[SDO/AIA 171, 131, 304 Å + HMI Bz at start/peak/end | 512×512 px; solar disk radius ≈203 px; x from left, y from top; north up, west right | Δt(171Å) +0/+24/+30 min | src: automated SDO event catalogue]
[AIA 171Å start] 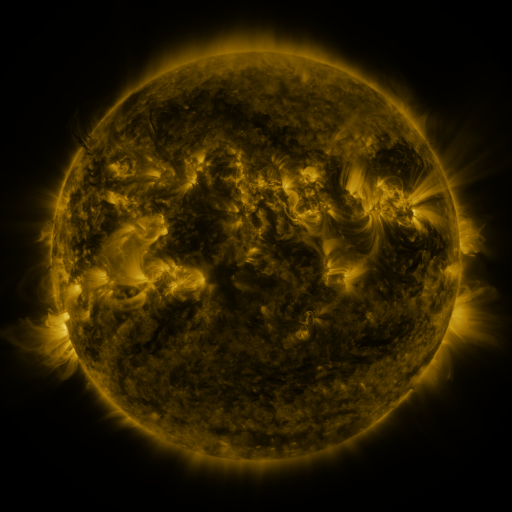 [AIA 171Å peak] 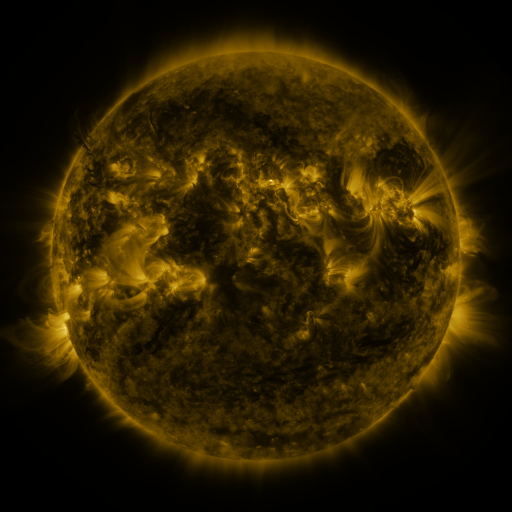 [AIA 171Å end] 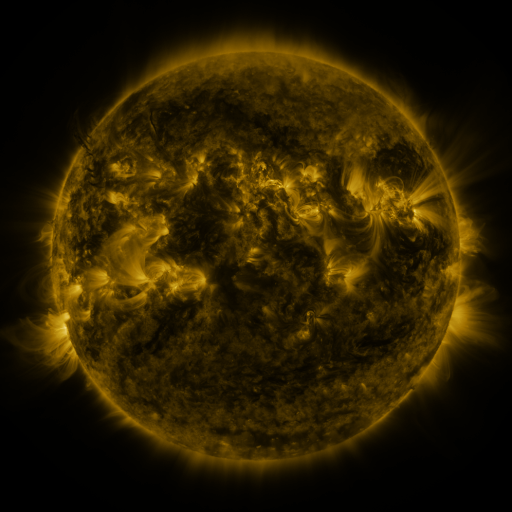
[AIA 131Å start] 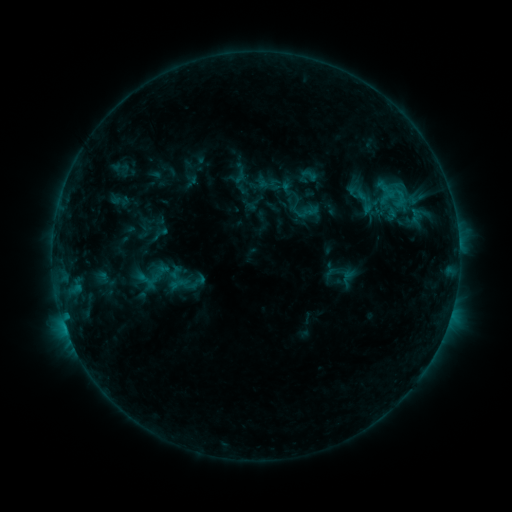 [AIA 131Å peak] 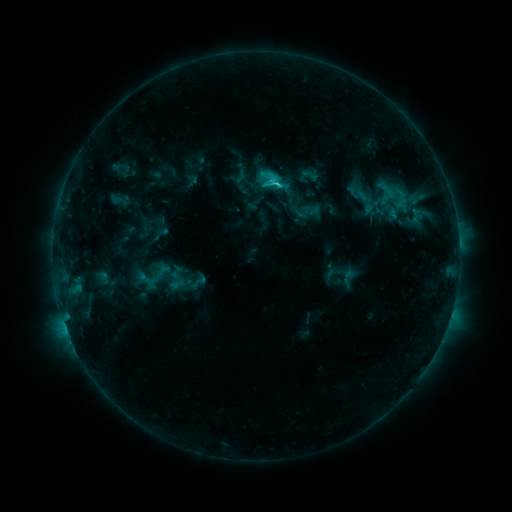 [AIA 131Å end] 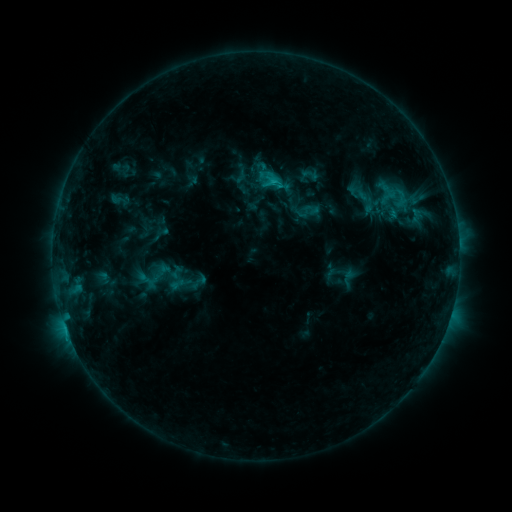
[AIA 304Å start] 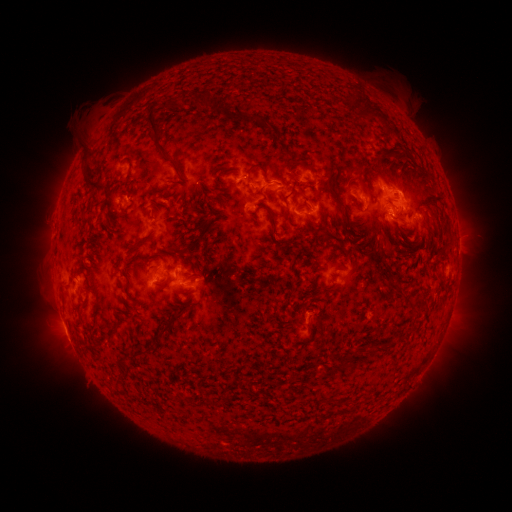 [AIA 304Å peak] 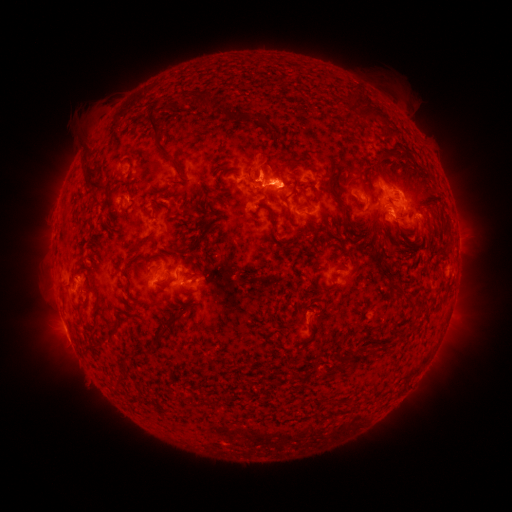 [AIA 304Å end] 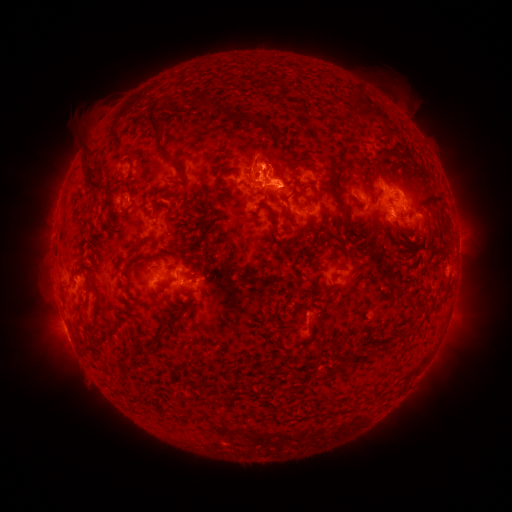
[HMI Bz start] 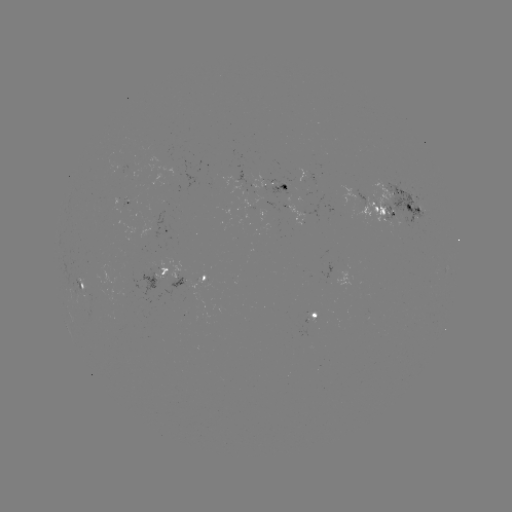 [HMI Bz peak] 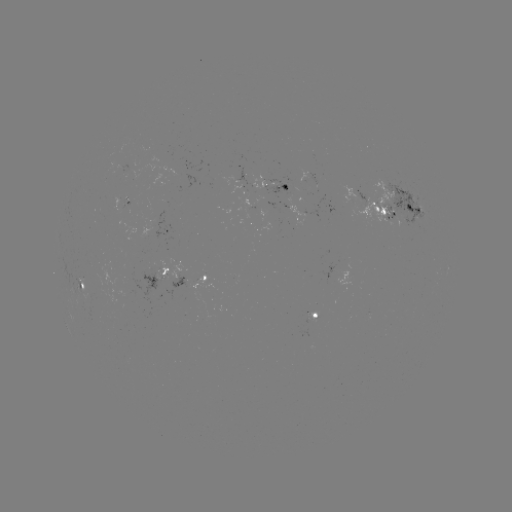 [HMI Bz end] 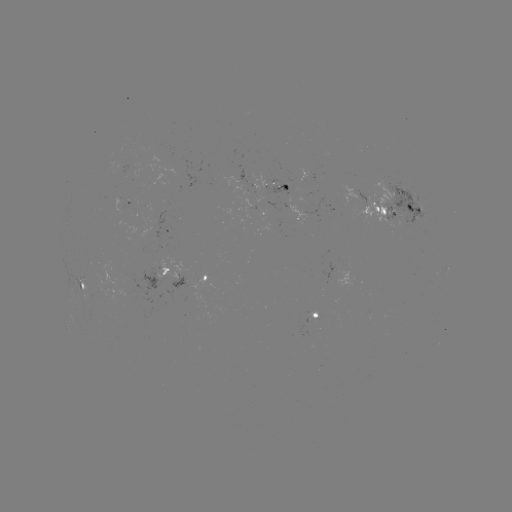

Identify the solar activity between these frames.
C2.6 flare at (276, 187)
